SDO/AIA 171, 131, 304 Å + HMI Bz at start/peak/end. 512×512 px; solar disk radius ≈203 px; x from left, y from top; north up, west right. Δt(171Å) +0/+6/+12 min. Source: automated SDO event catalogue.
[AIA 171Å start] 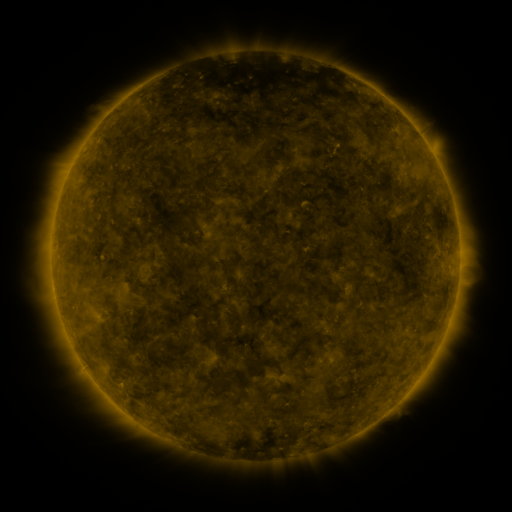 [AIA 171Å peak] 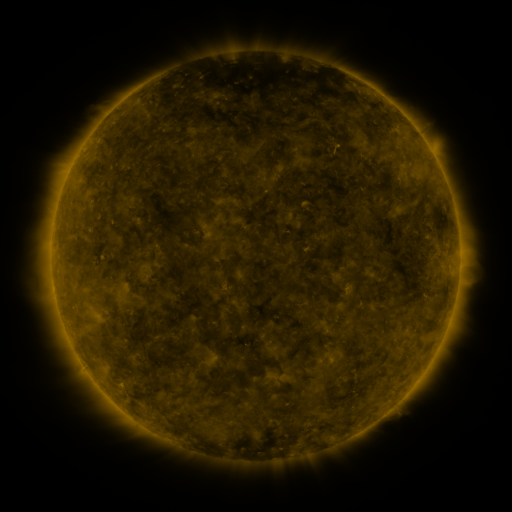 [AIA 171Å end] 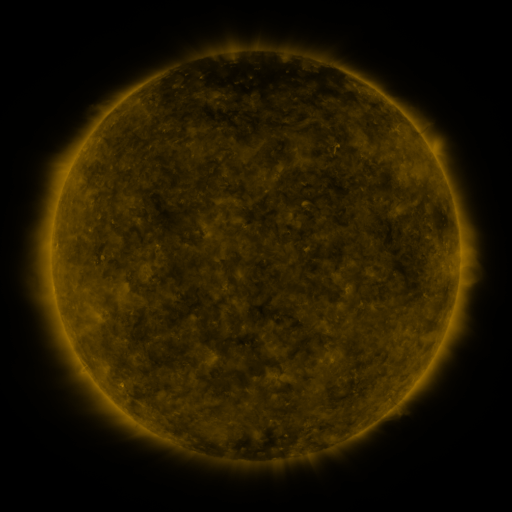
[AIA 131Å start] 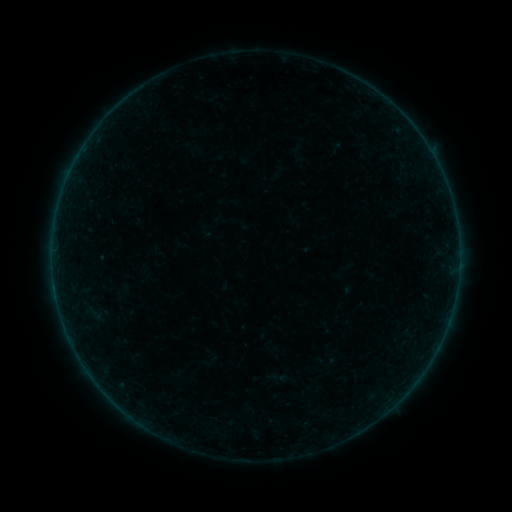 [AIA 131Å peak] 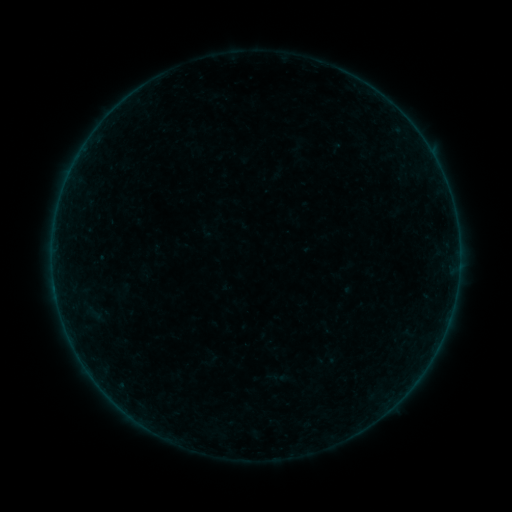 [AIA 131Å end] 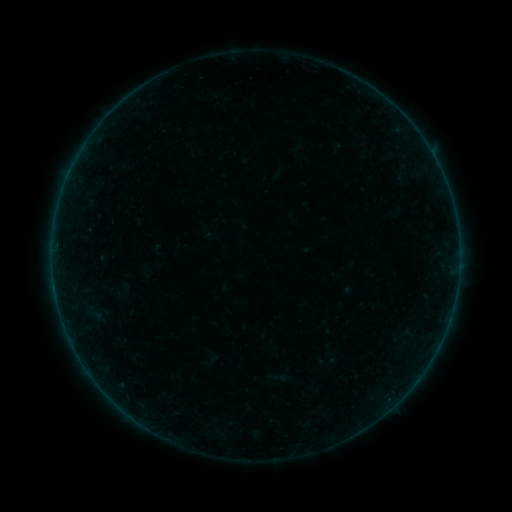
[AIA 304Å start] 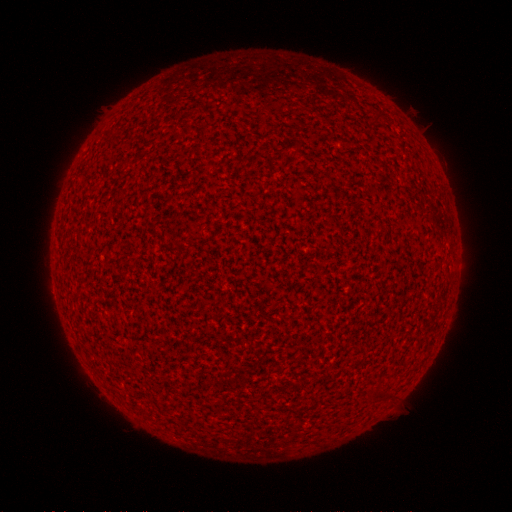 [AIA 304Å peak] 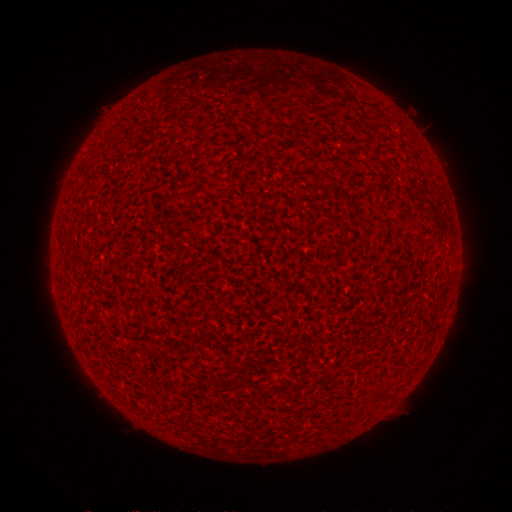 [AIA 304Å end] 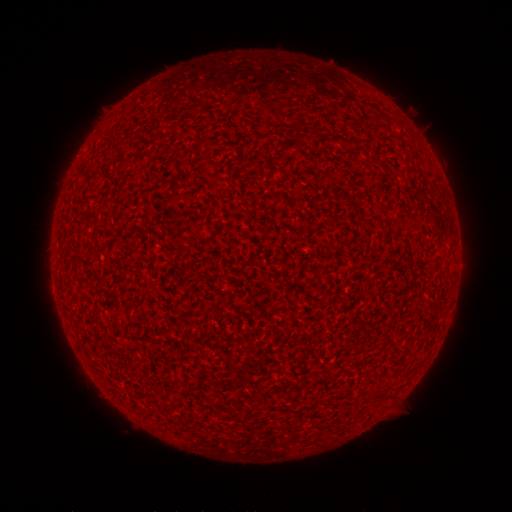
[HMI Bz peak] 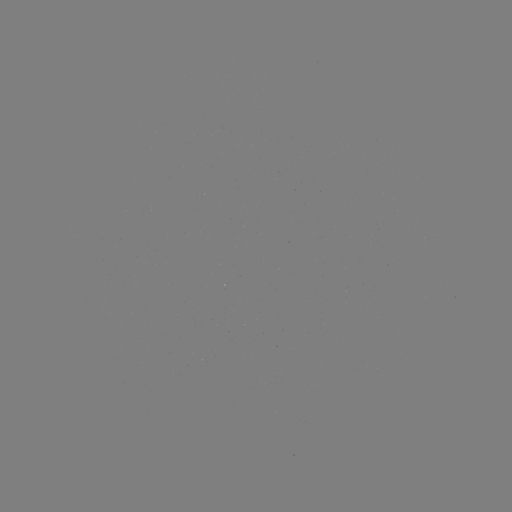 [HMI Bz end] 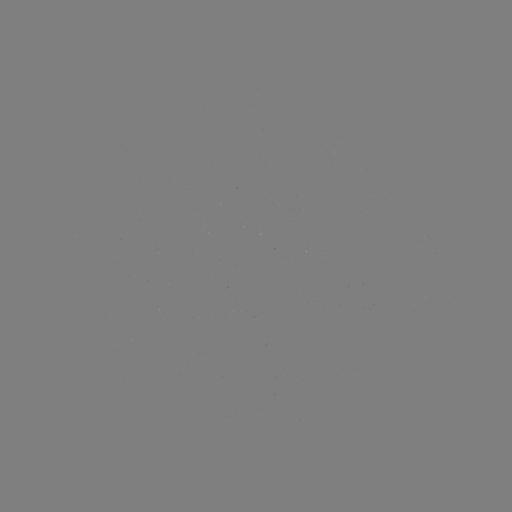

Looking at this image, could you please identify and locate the A7.4 flare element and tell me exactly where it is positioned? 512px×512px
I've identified A7.4 flare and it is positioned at (54, 284).